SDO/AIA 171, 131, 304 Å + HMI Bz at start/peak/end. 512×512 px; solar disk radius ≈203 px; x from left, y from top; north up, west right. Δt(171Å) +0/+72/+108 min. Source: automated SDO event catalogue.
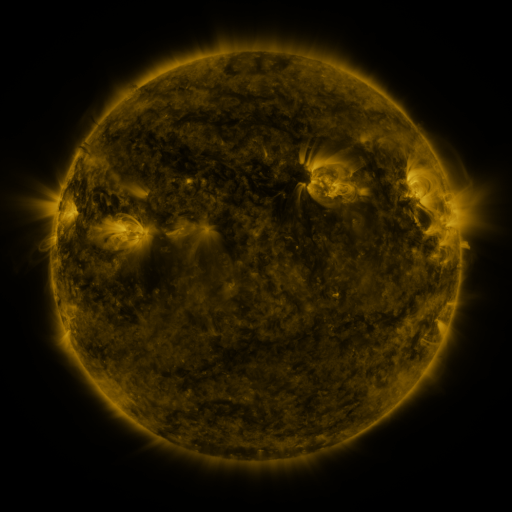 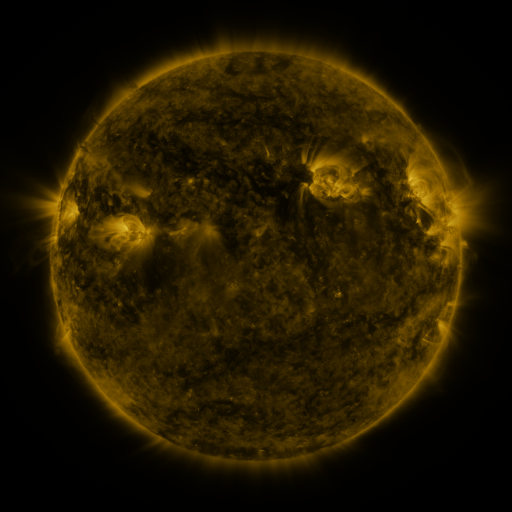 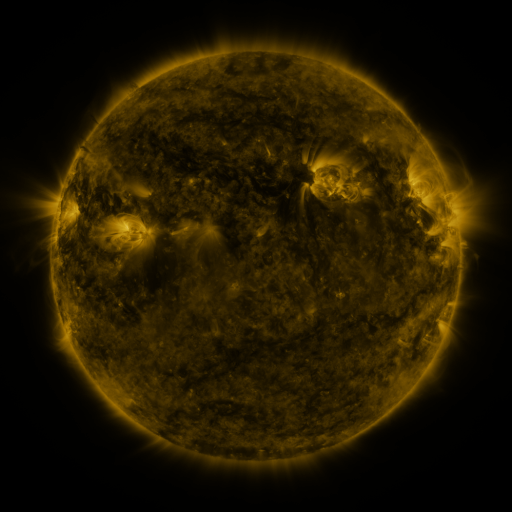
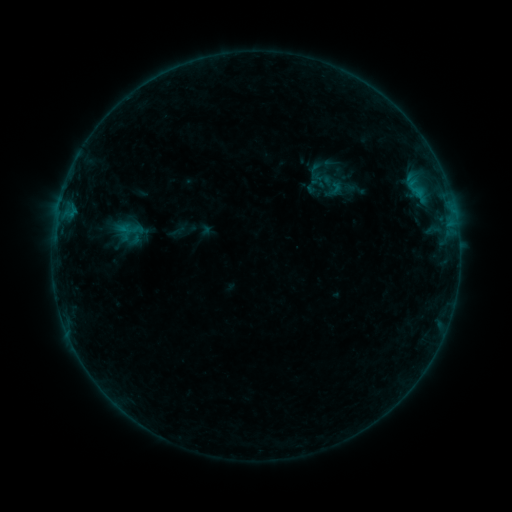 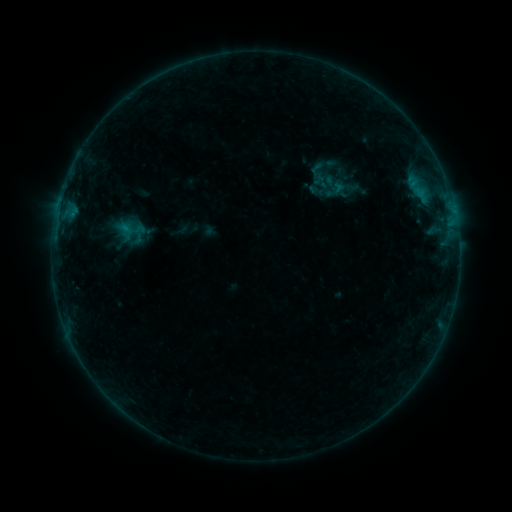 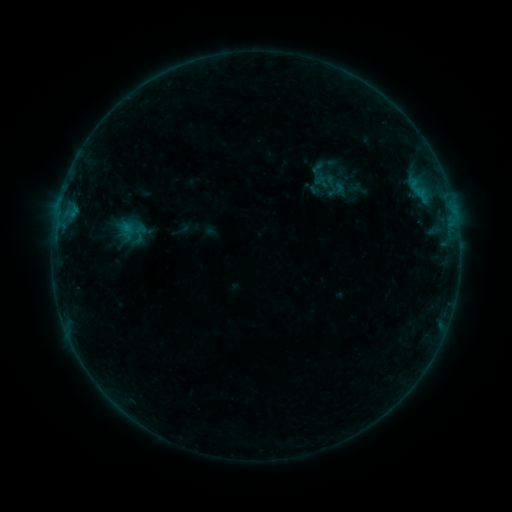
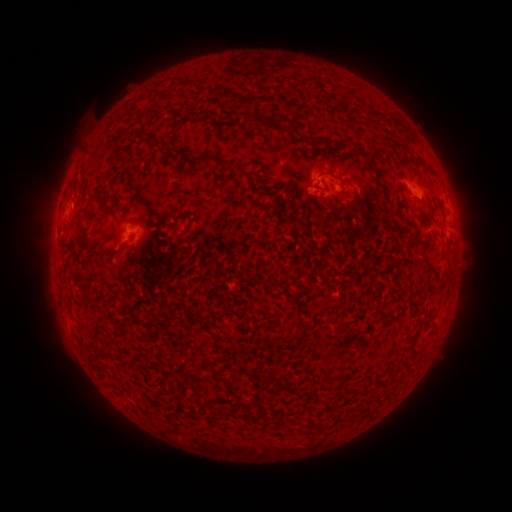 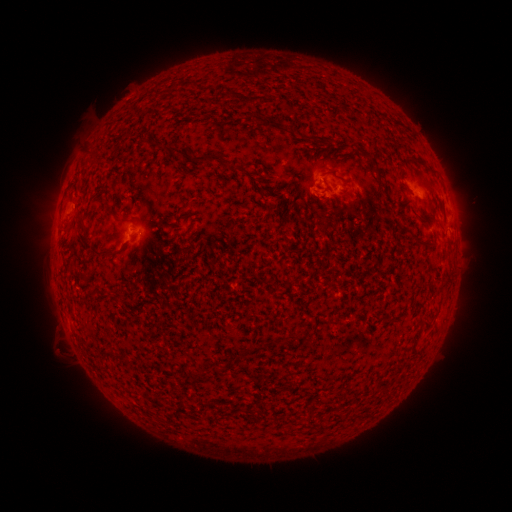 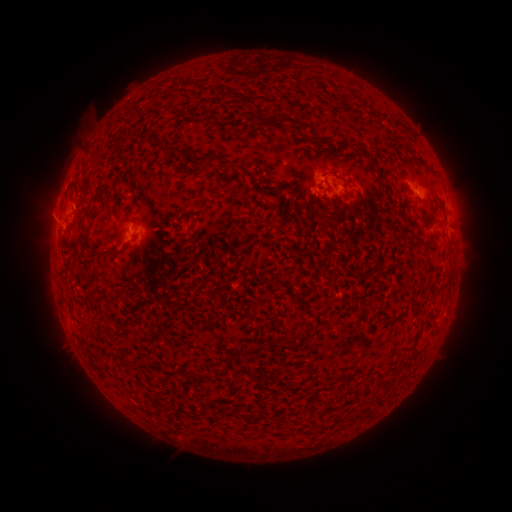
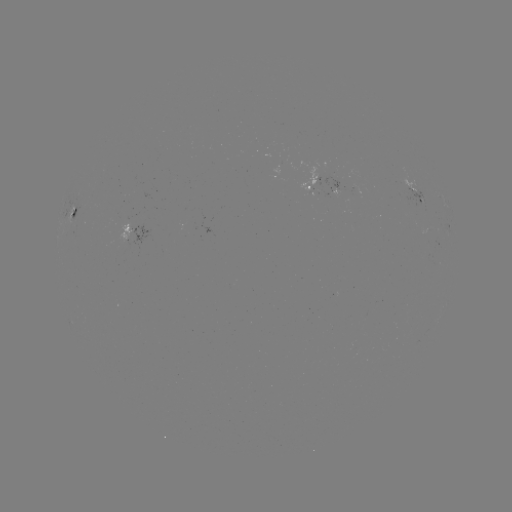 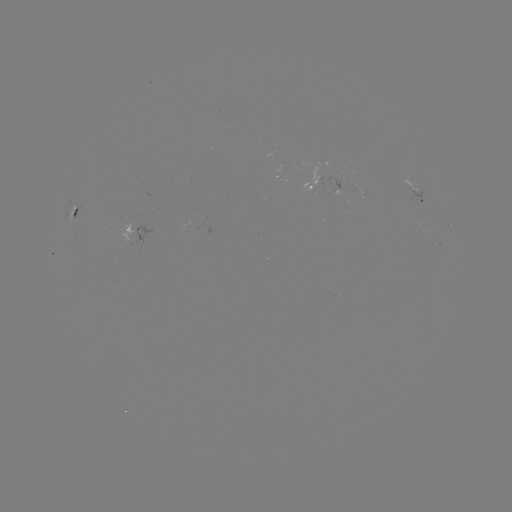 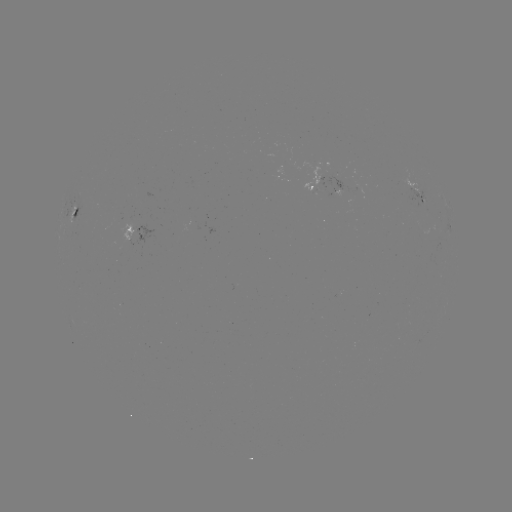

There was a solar emerging-flux region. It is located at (313, 183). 